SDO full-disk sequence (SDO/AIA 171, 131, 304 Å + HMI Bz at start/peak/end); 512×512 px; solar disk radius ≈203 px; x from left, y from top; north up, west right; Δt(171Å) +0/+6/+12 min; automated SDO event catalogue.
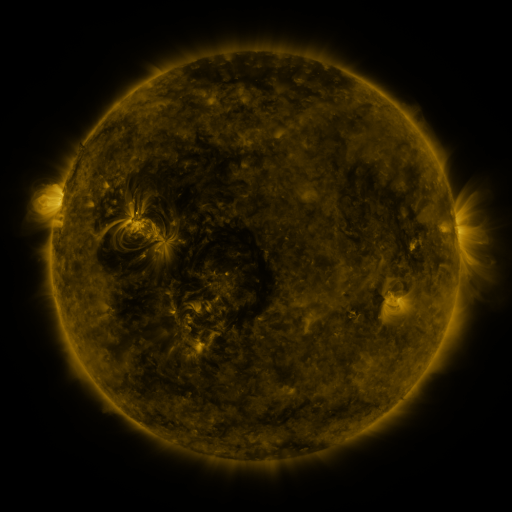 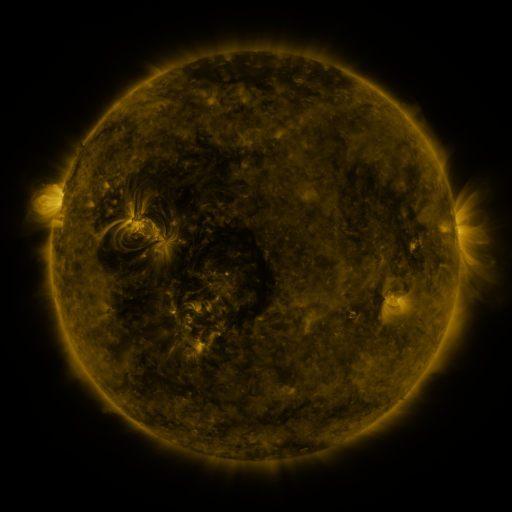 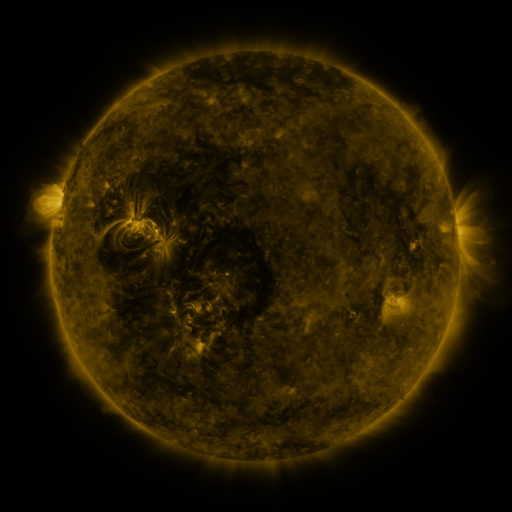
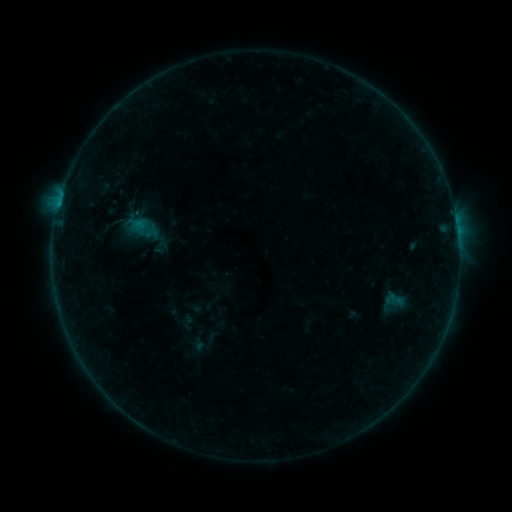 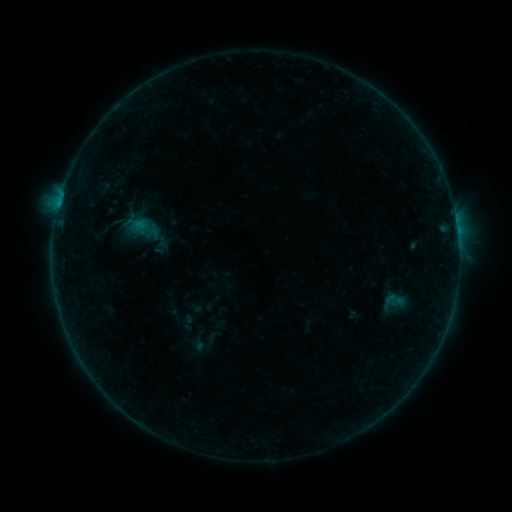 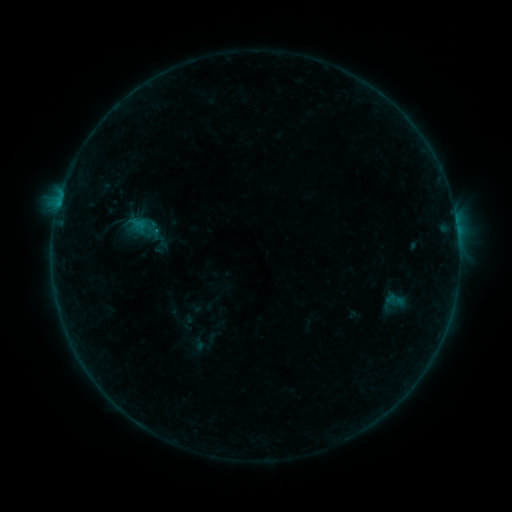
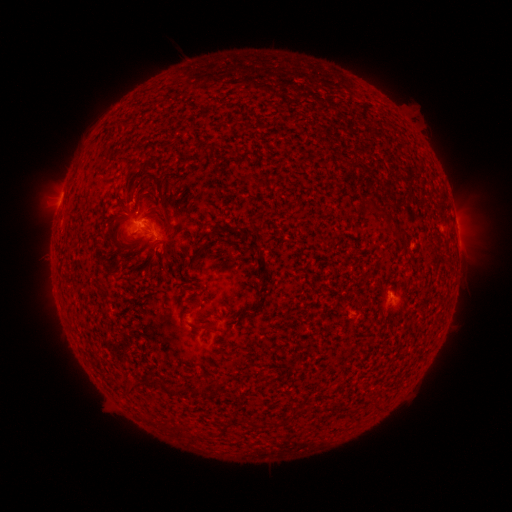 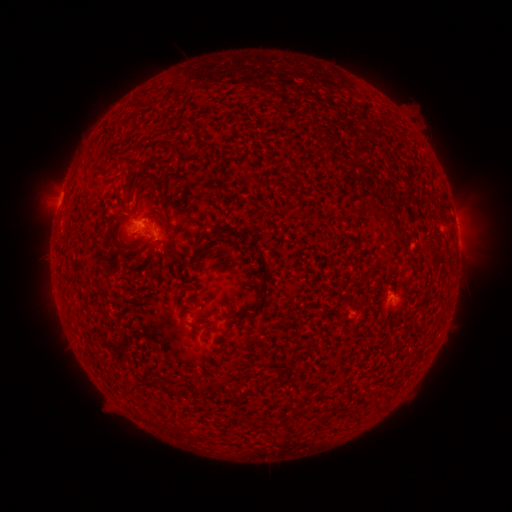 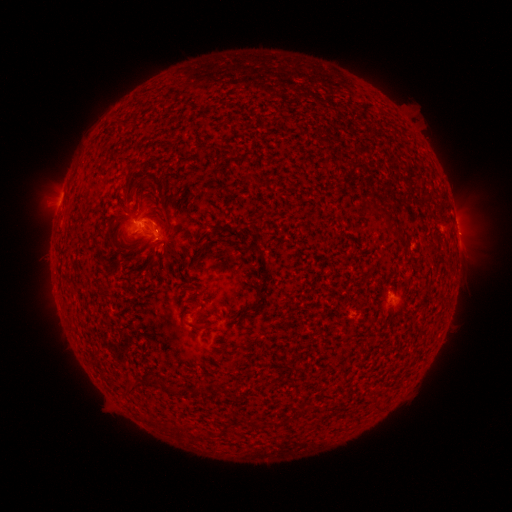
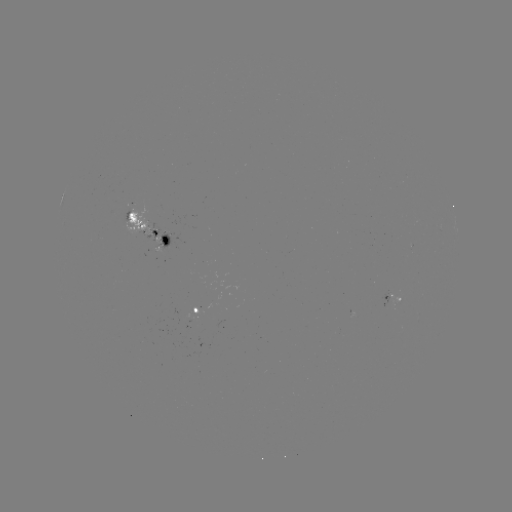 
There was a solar flare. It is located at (156, 232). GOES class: B4.3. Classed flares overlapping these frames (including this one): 1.